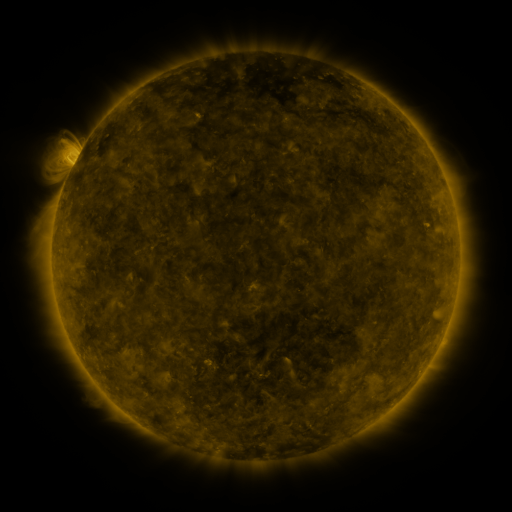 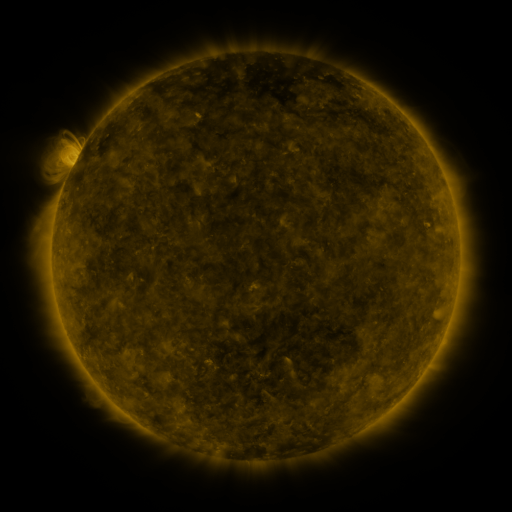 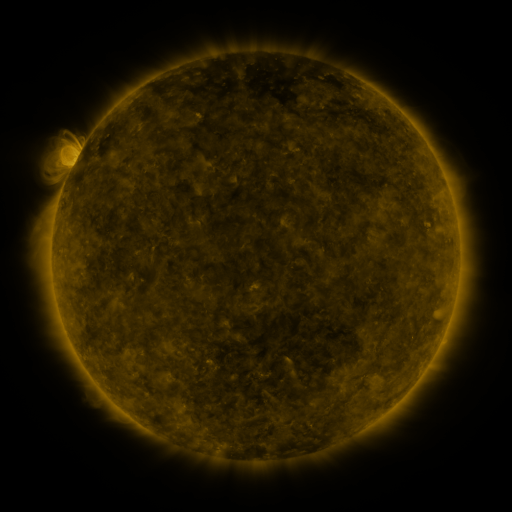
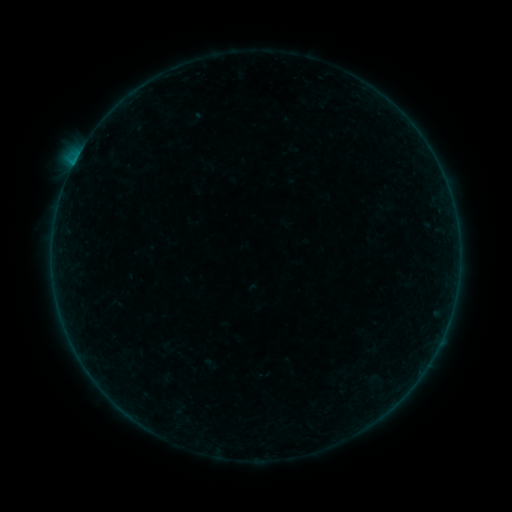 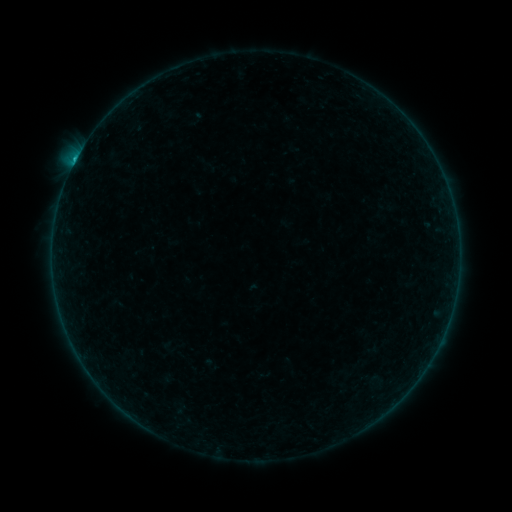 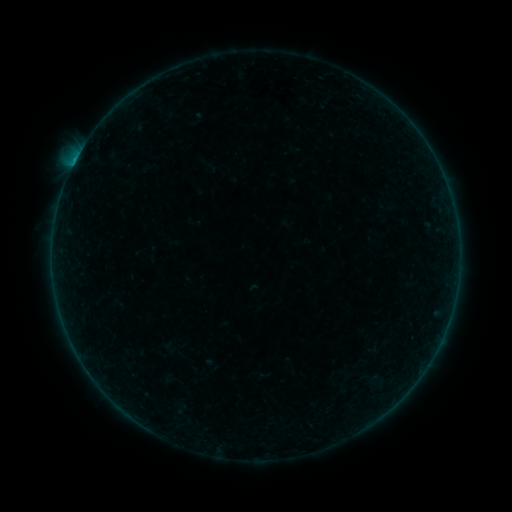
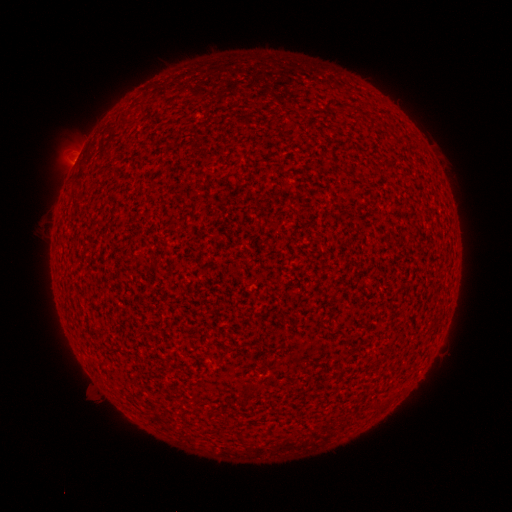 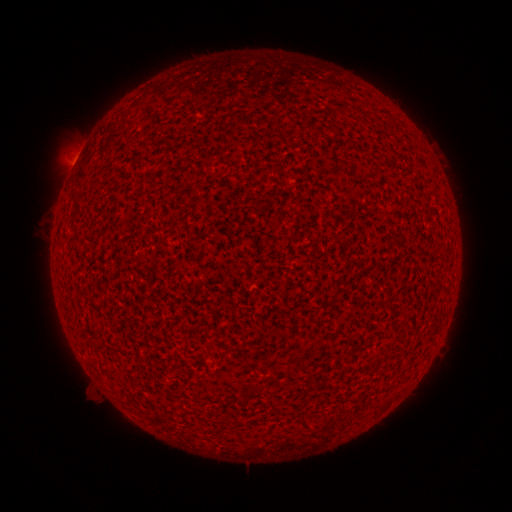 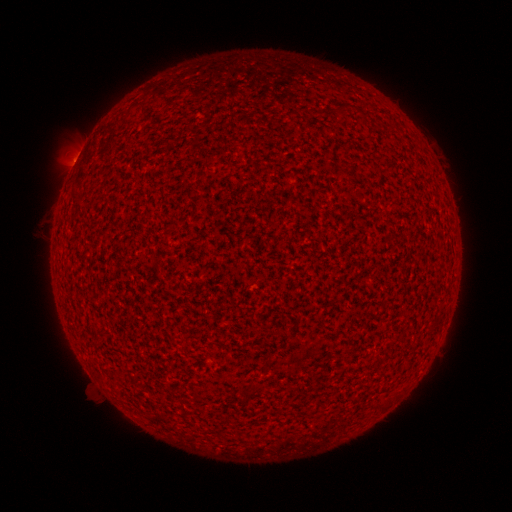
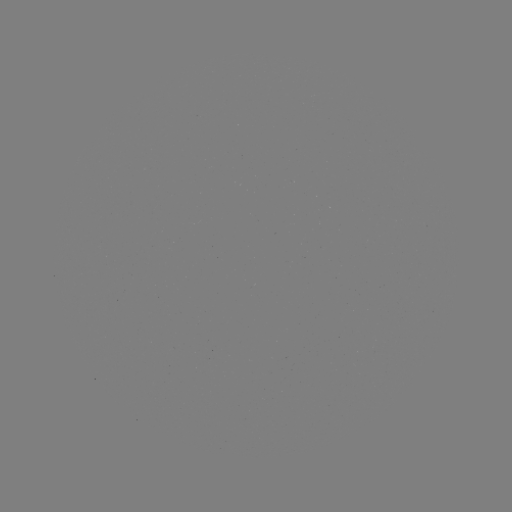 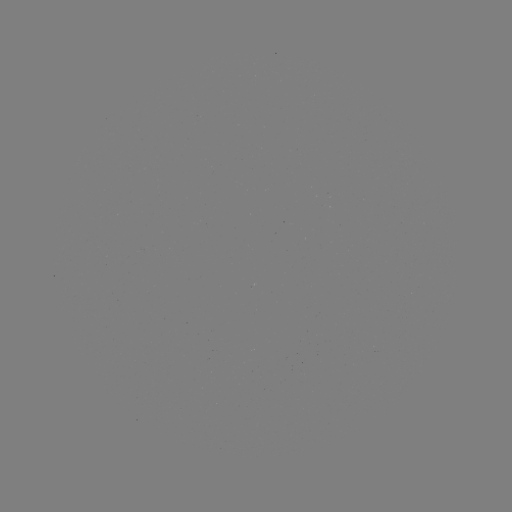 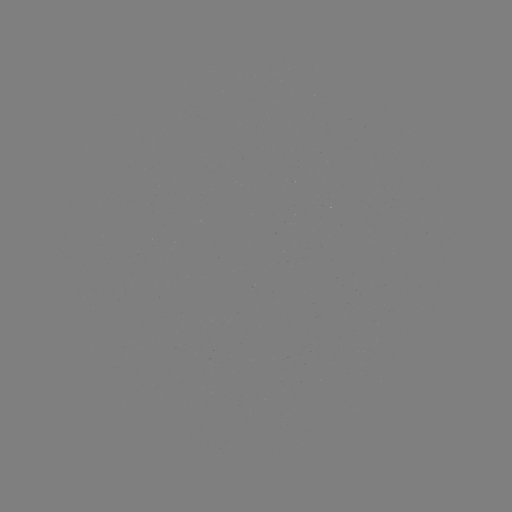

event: flare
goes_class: B4.3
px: (75, 165)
